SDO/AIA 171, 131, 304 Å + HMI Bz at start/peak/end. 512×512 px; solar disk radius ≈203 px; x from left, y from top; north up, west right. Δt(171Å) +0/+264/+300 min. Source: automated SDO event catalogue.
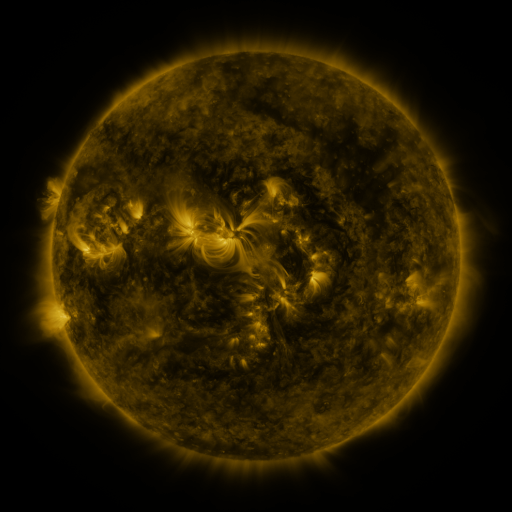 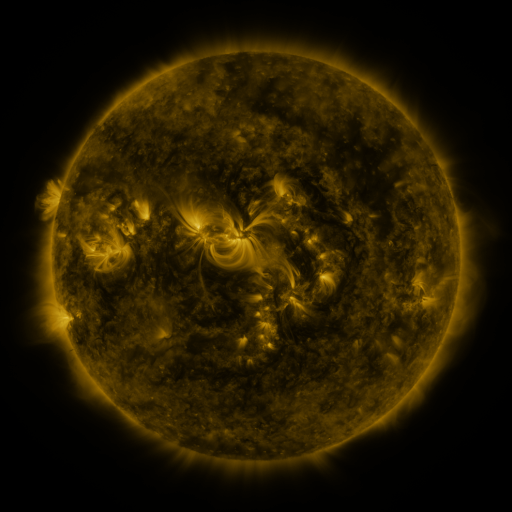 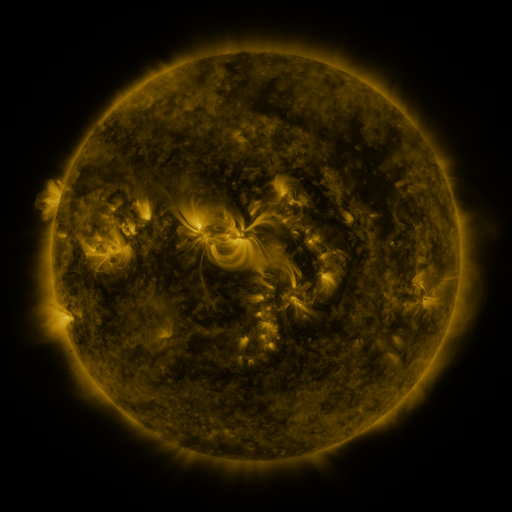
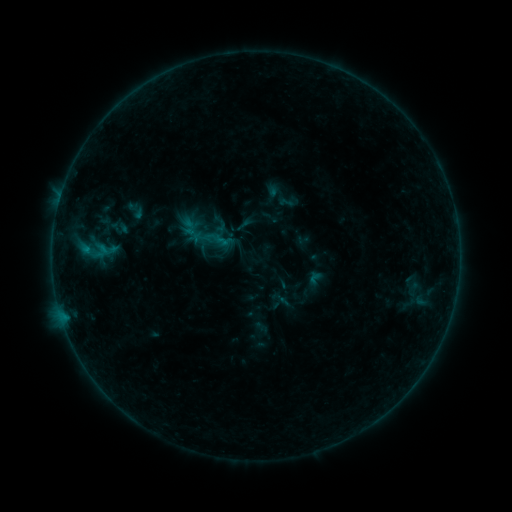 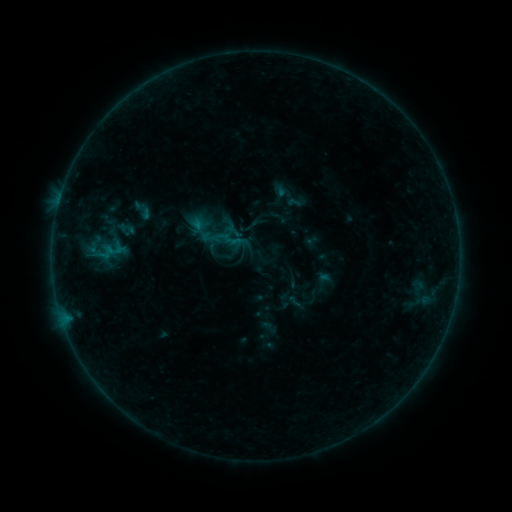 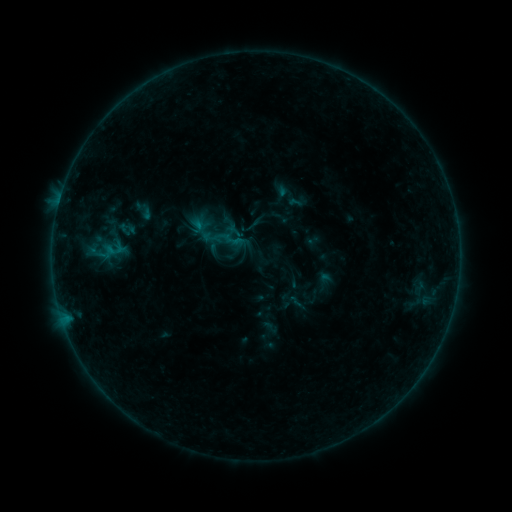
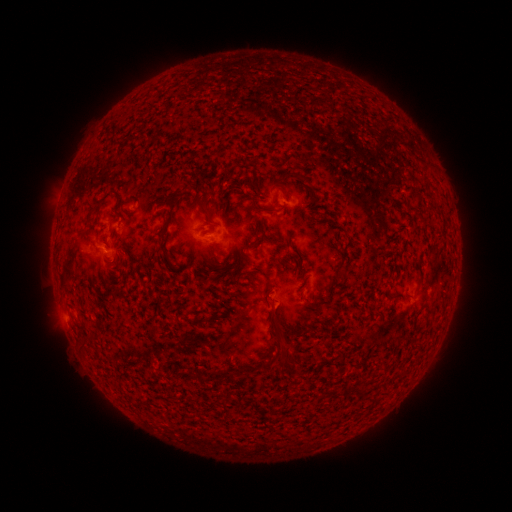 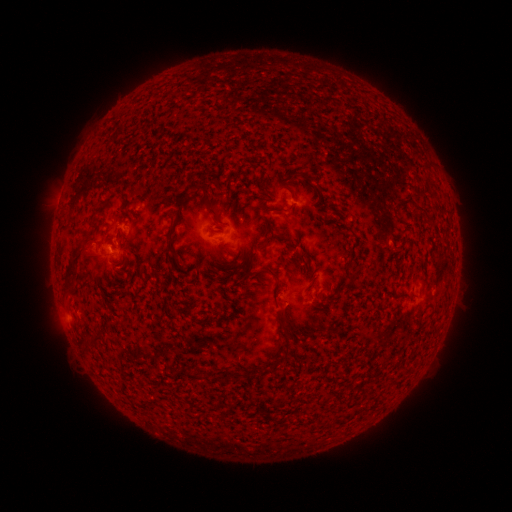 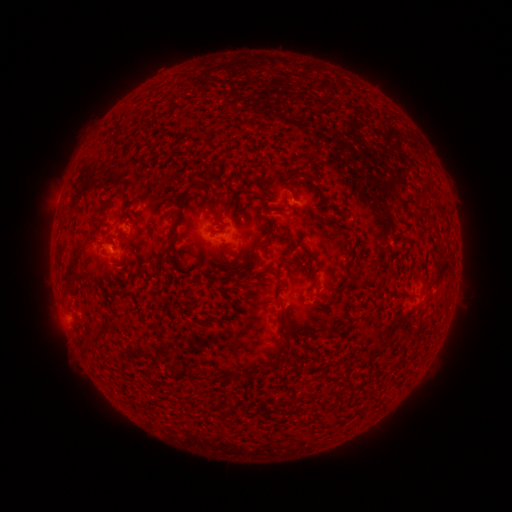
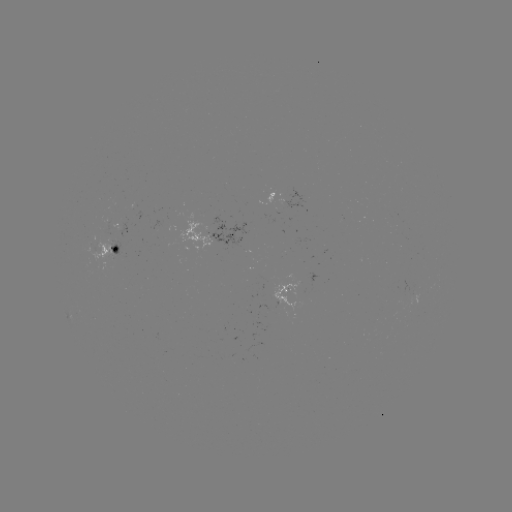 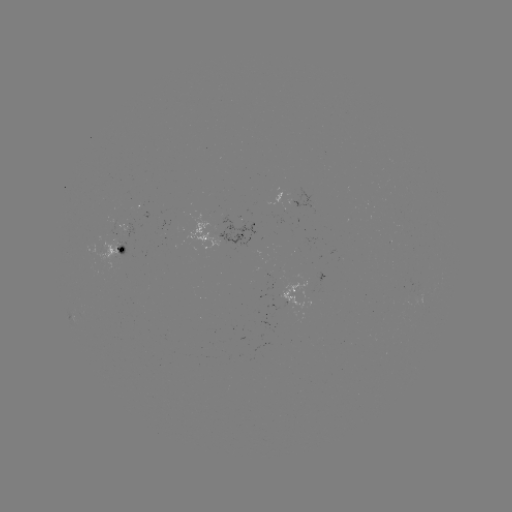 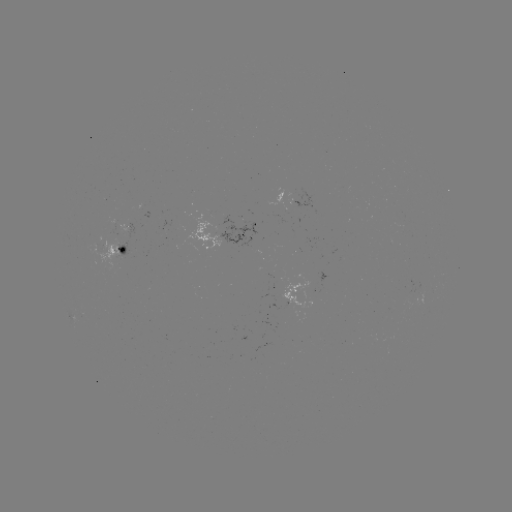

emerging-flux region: (117, 215, 134, 232)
